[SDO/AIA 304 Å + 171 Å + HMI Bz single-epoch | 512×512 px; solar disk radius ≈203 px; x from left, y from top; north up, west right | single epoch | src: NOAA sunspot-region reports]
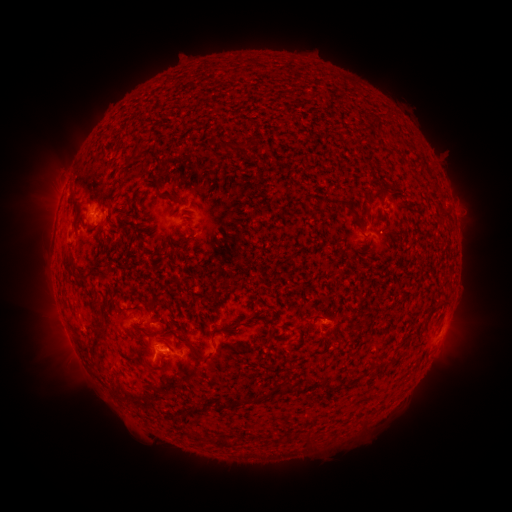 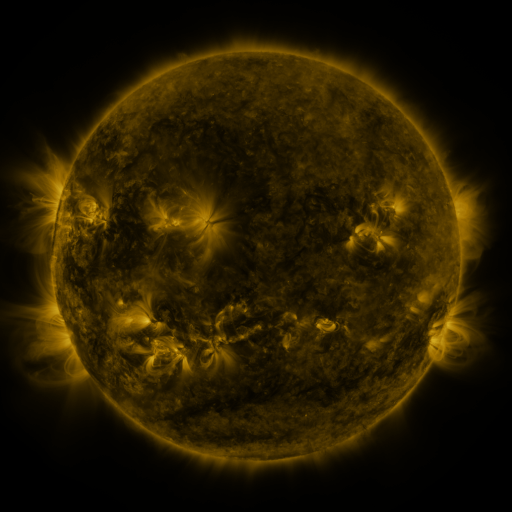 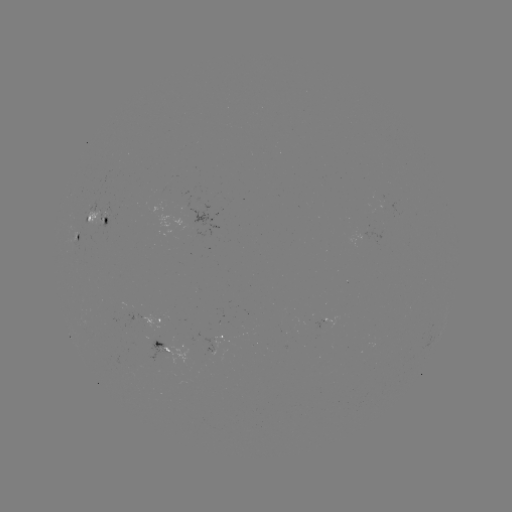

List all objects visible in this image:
spotted active region: (99, 217)
spotted active region: (82, 237)
spotted active region: (151, 318)
spotted active region: (222, 340)
spotted active region: (156, 344)
